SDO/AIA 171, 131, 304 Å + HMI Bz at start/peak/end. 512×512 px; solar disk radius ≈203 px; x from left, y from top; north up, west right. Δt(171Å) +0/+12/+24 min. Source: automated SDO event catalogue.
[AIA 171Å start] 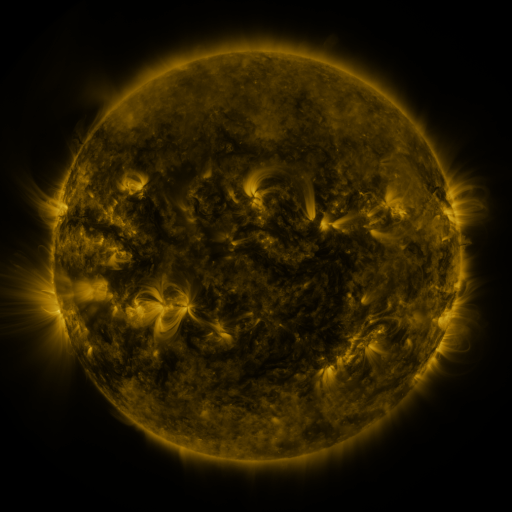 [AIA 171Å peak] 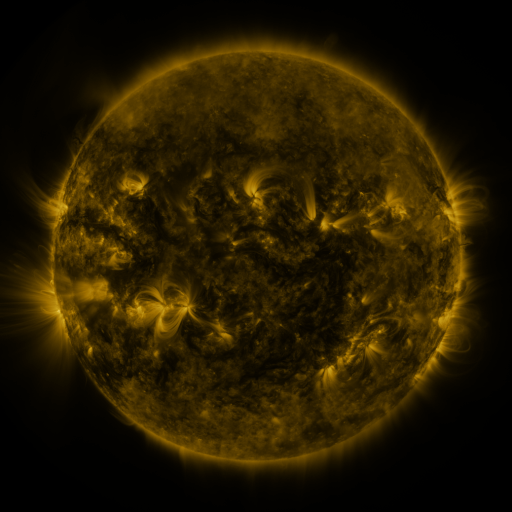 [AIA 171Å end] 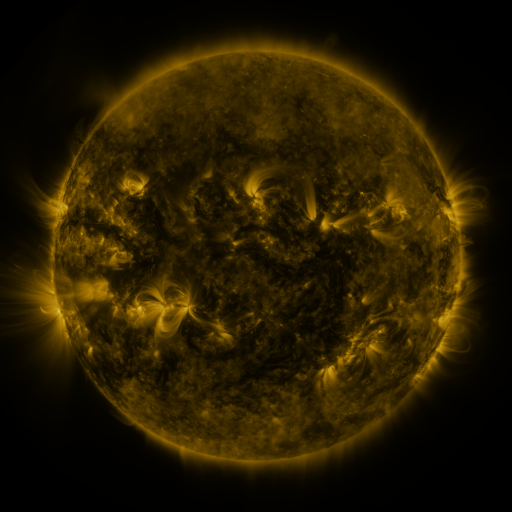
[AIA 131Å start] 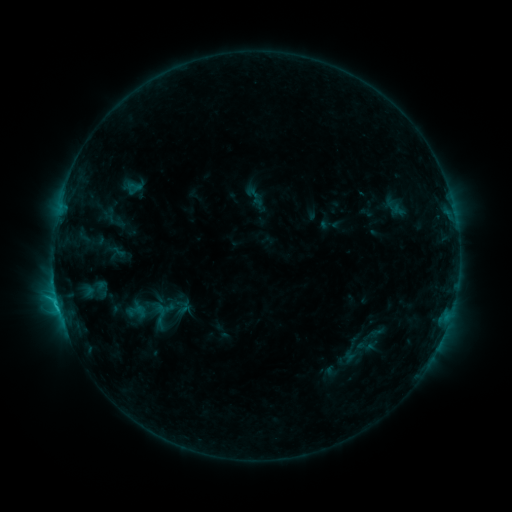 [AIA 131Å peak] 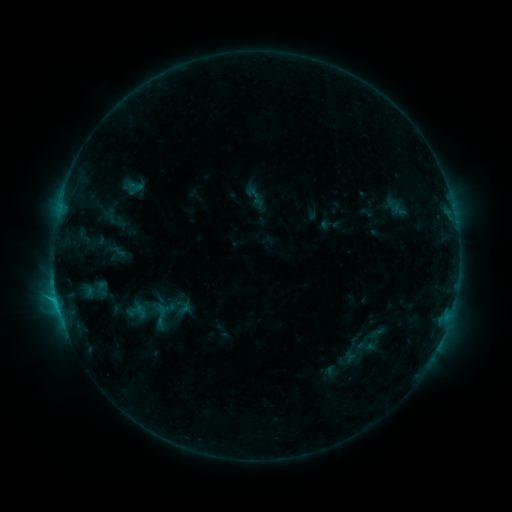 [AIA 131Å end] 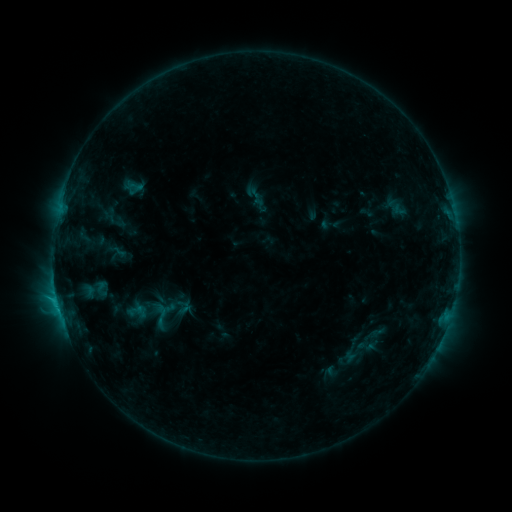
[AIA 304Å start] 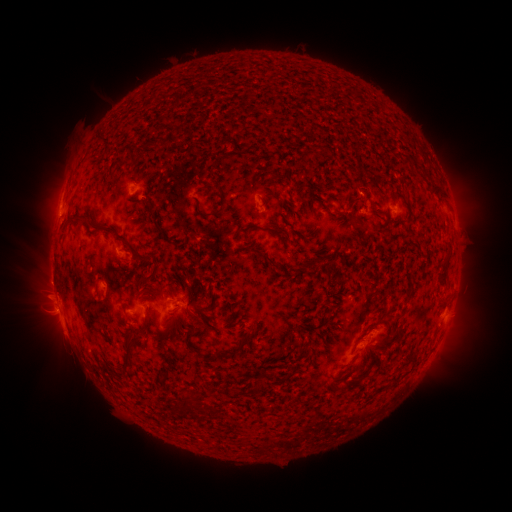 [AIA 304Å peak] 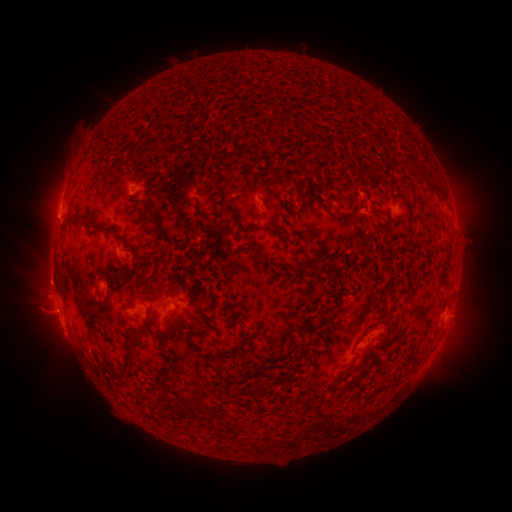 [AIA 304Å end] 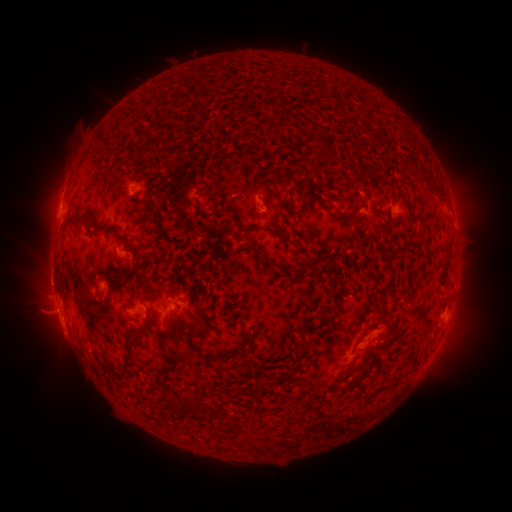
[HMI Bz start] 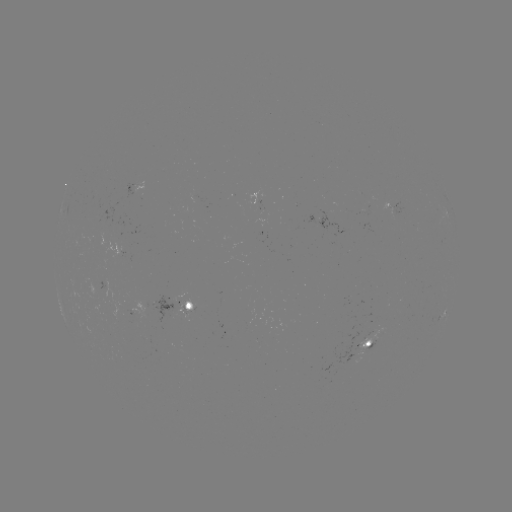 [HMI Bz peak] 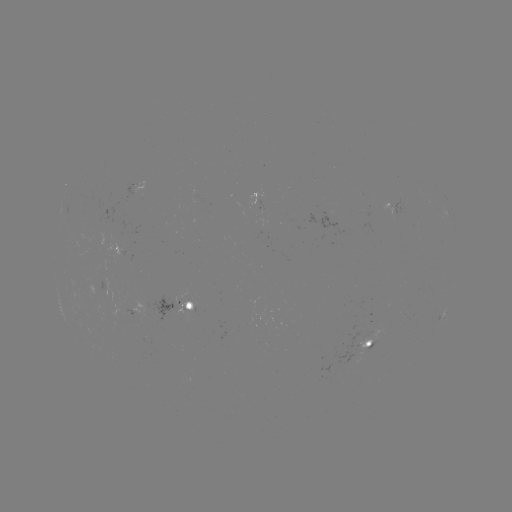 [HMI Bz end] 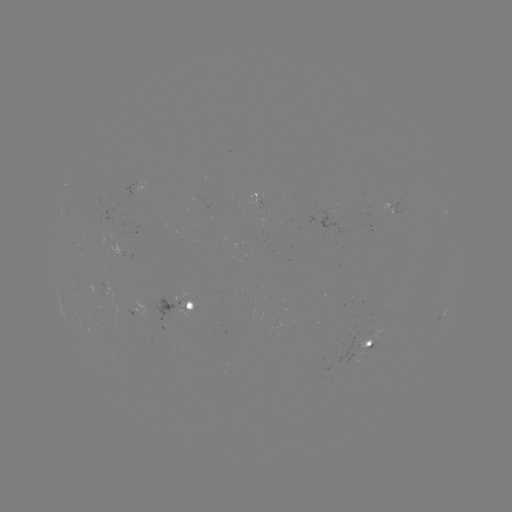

no classed flare was catalogued and no EUV brightening was flagged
